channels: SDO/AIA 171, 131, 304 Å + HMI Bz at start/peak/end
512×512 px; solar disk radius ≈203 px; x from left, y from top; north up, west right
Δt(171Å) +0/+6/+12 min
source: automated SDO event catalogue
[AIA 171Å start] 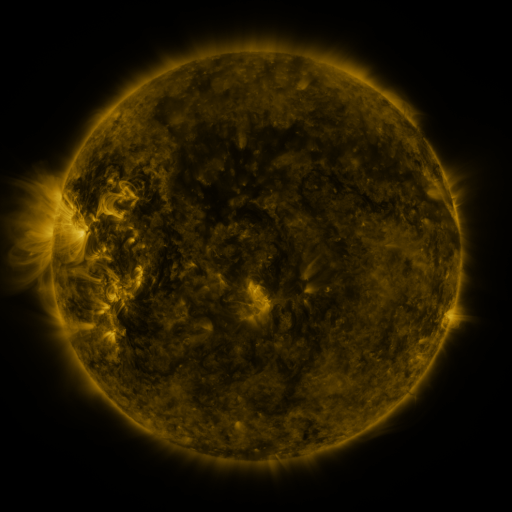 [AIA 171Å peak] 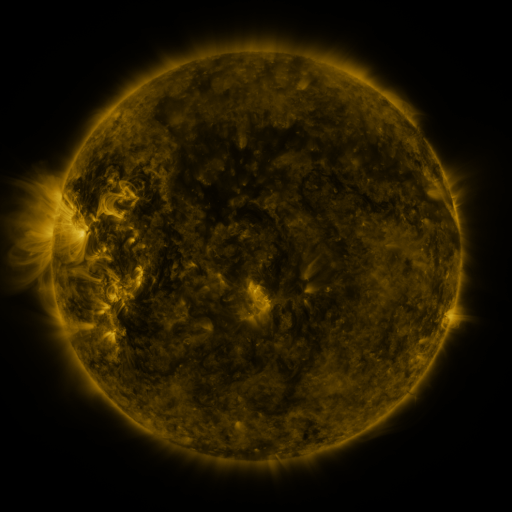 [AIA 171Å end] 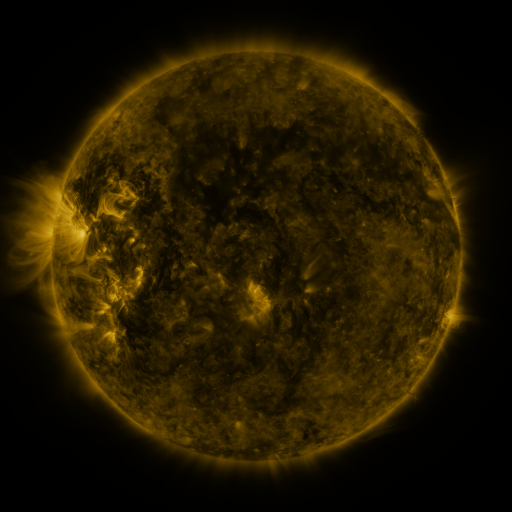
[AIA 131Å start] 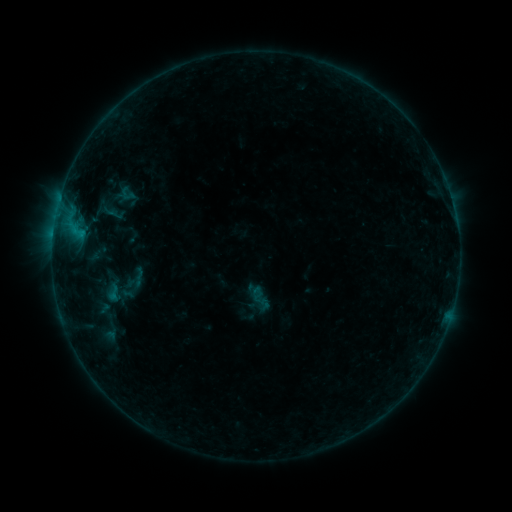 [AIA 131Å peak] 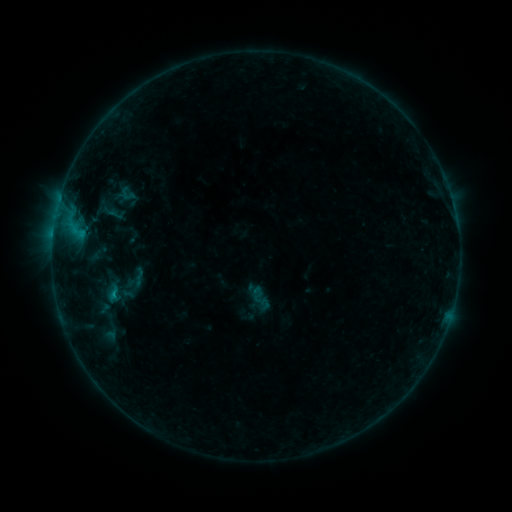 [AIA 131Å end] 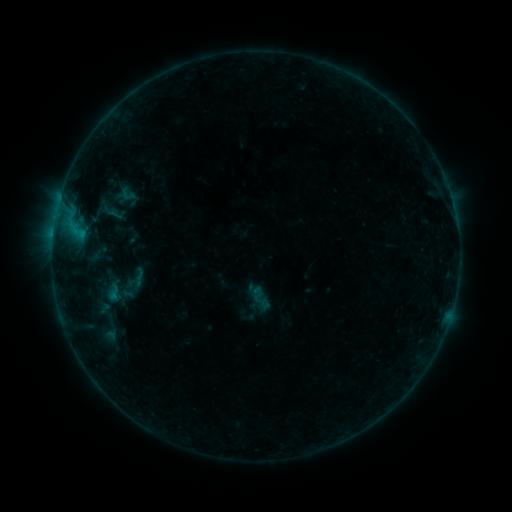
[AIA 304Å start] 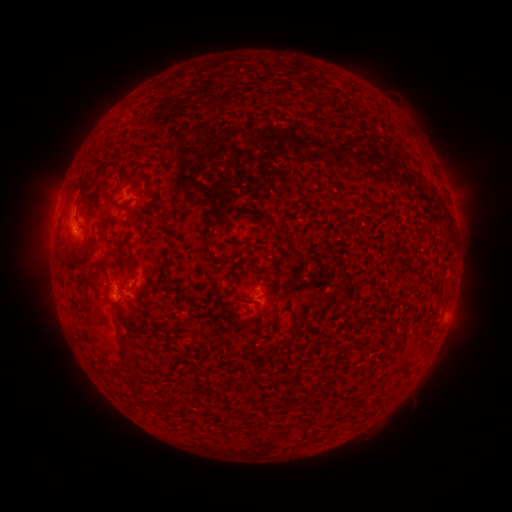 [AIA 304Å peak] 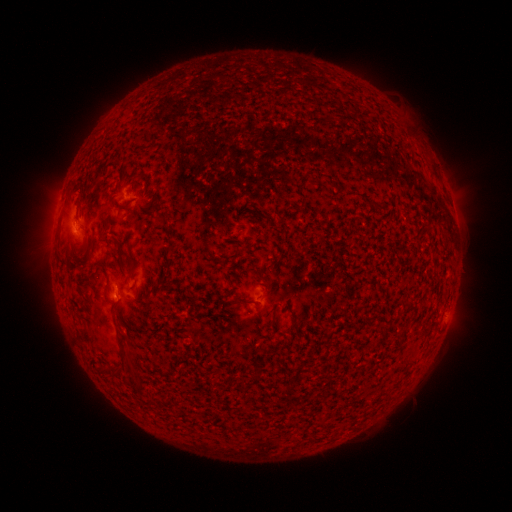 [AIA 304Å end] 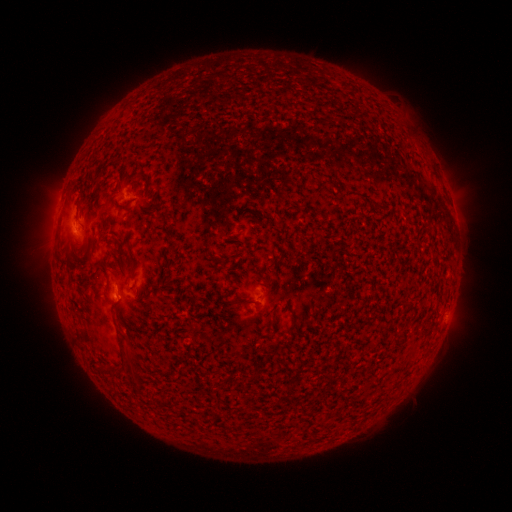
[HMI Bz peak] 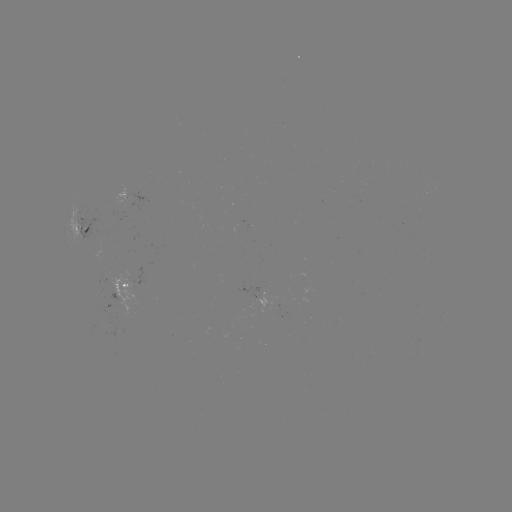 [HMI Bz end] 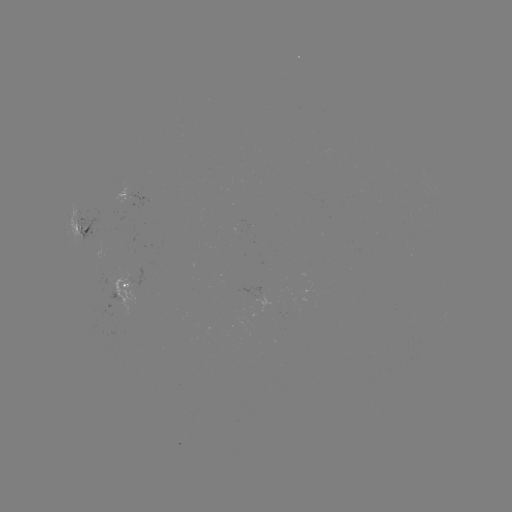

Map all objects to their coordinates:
B4.1 flare: (115, 294)
